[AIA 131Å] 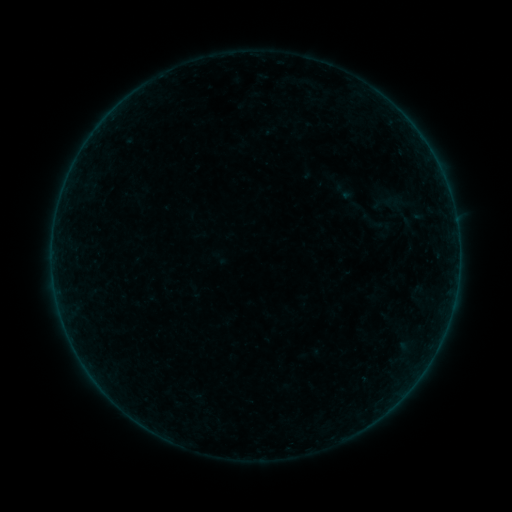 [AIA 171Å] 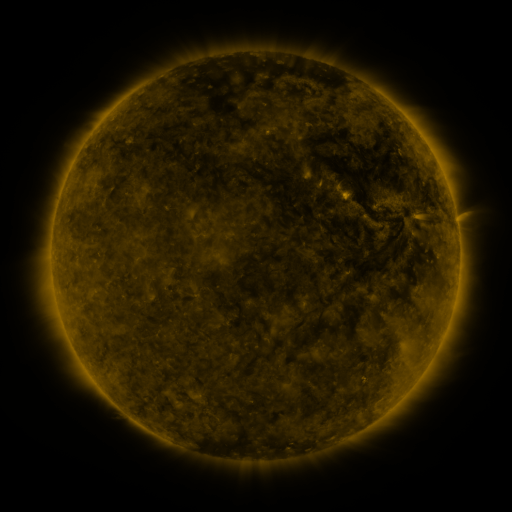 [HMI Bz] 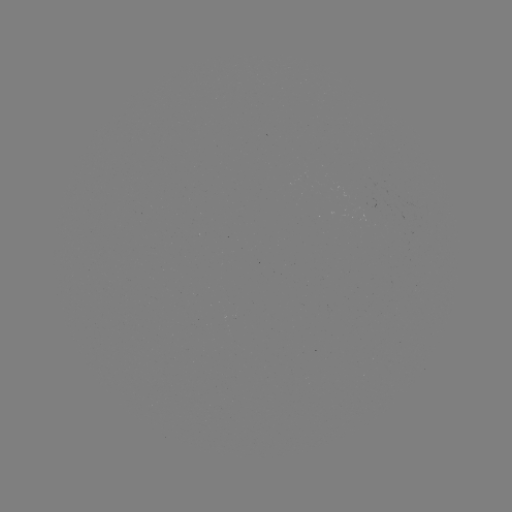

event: sigmoid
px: (373, 221)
